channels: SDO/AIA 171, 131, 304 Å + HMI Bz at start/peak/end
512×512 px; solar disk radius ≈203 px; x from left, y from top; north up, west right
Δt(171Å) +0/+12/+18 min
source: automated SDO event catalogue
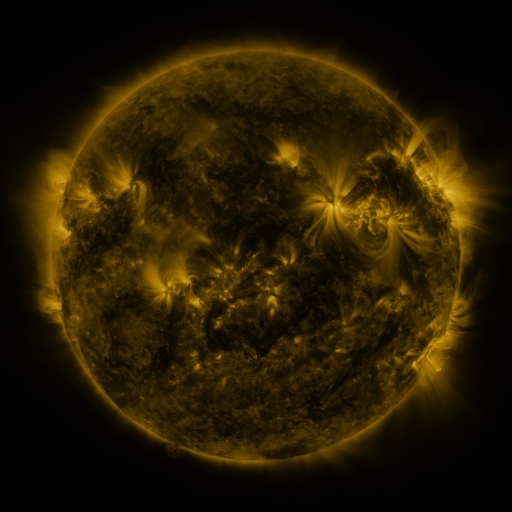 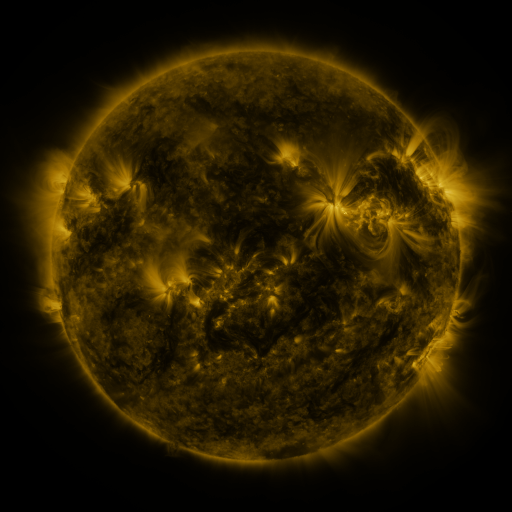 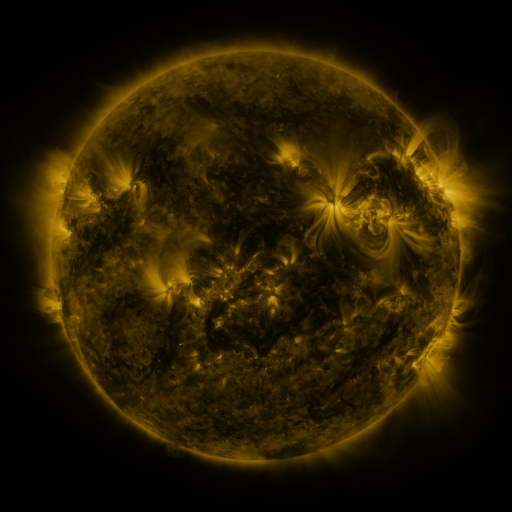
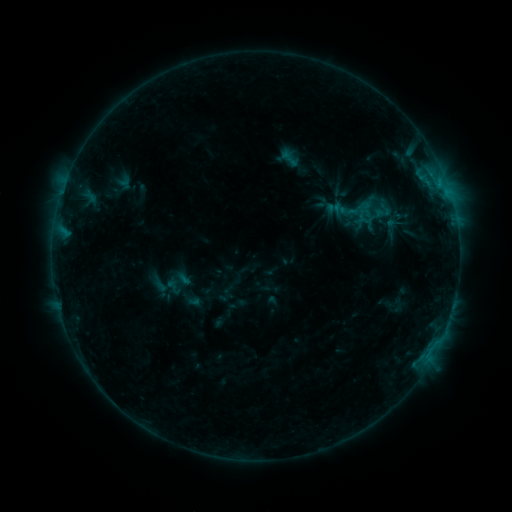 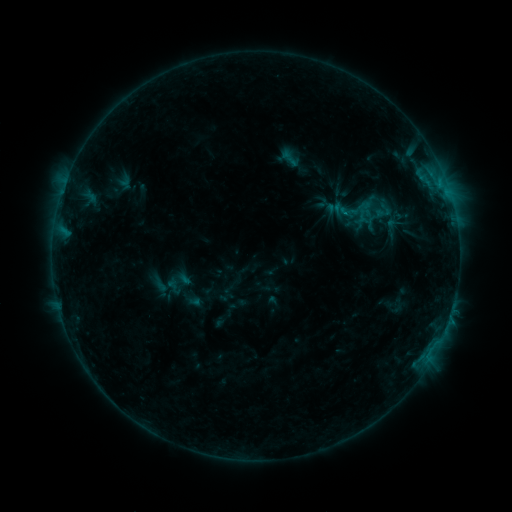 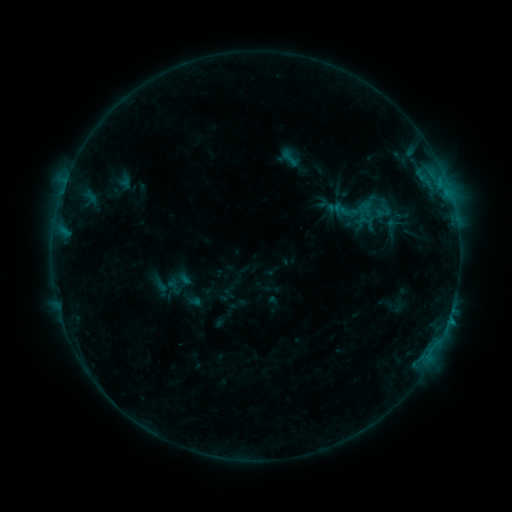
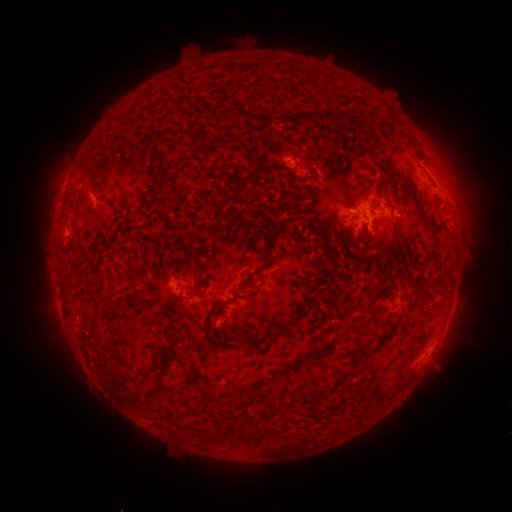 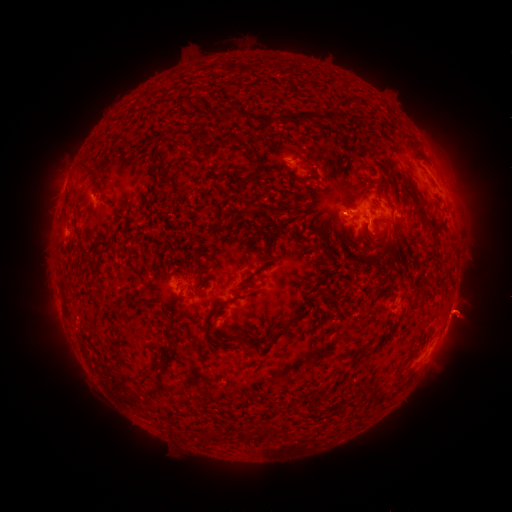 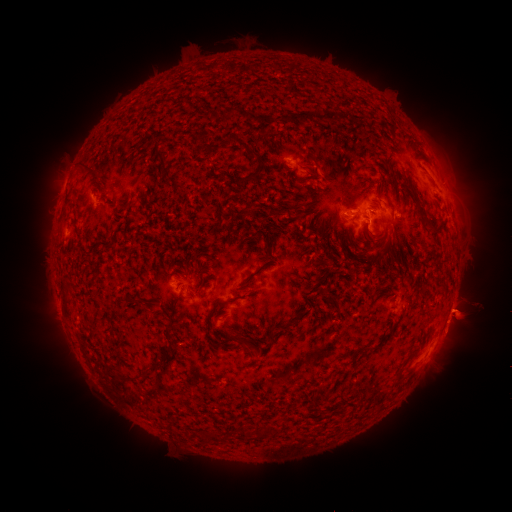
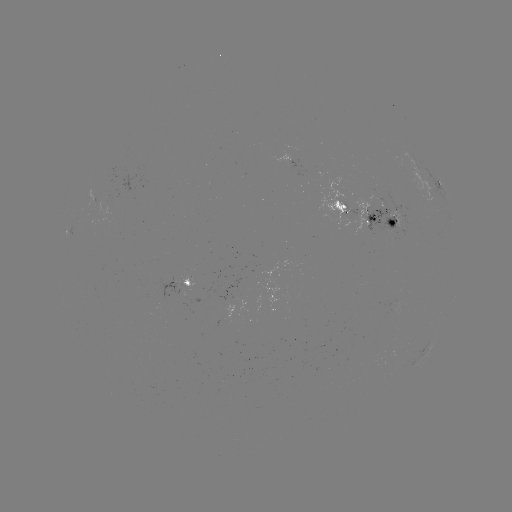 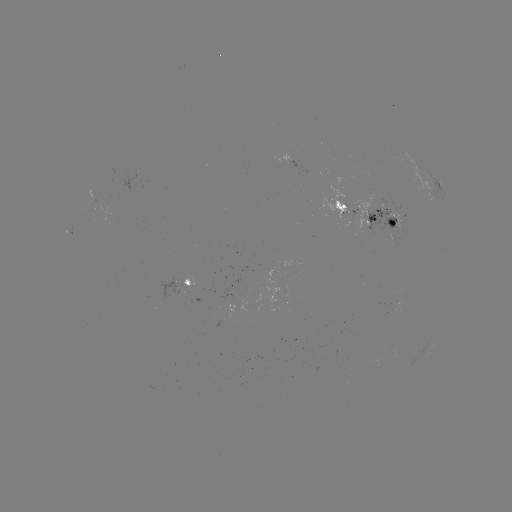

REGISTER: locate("eruption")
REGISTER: (465, 312)